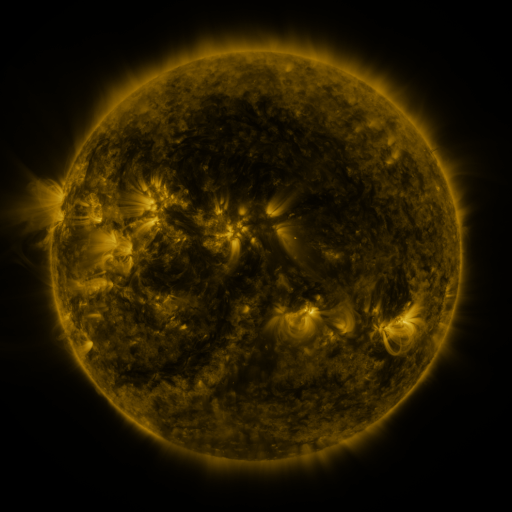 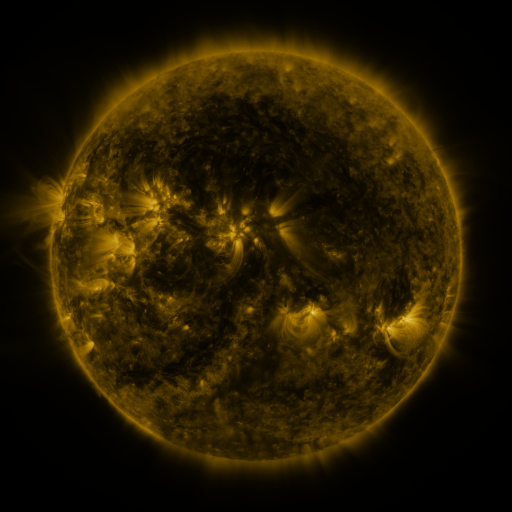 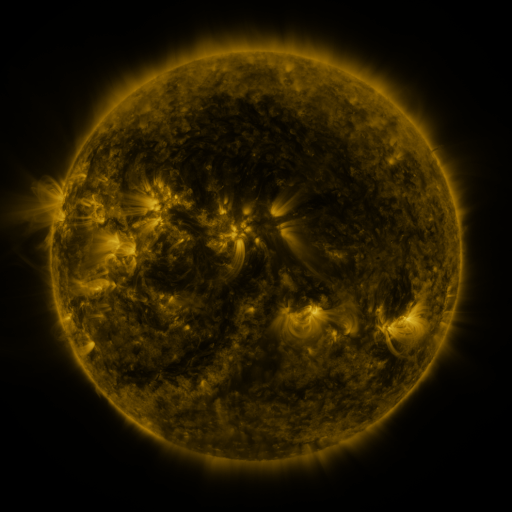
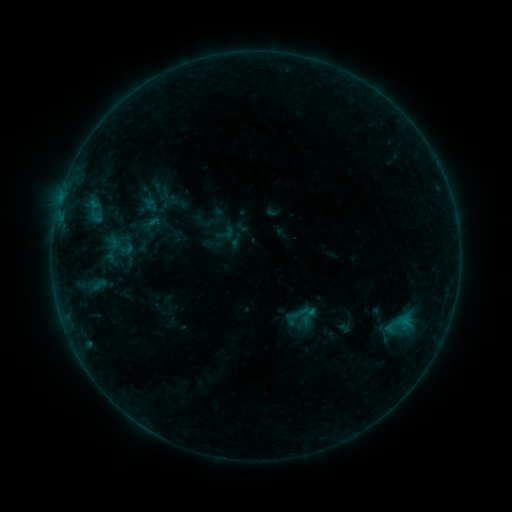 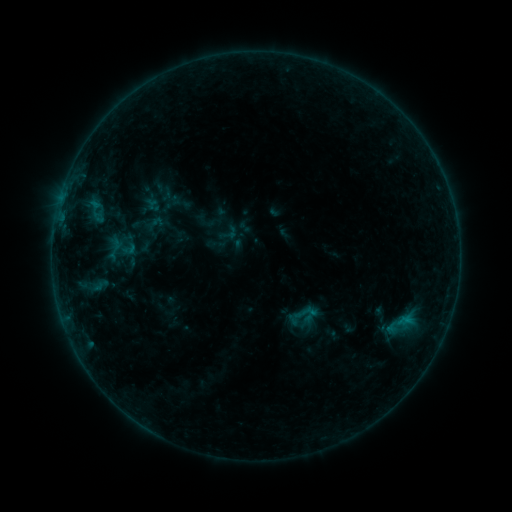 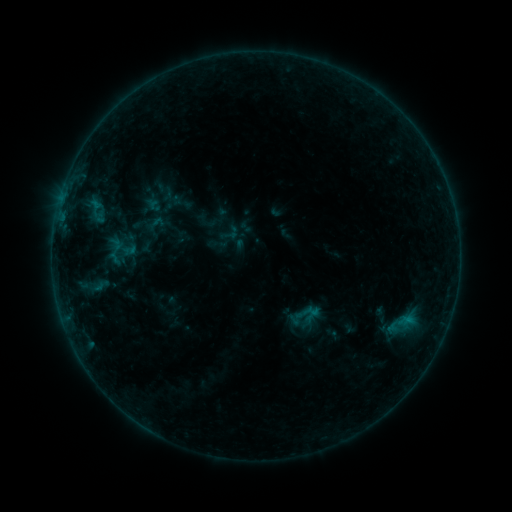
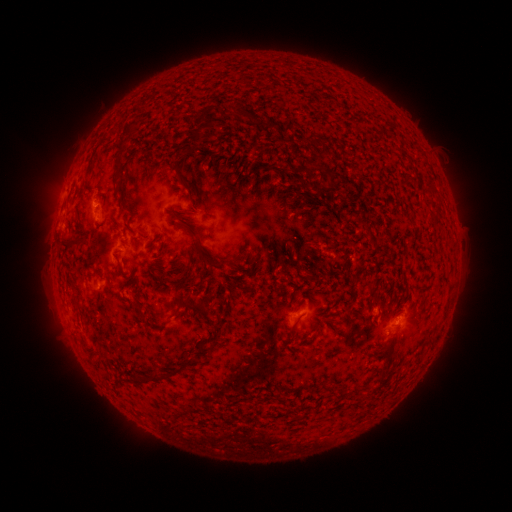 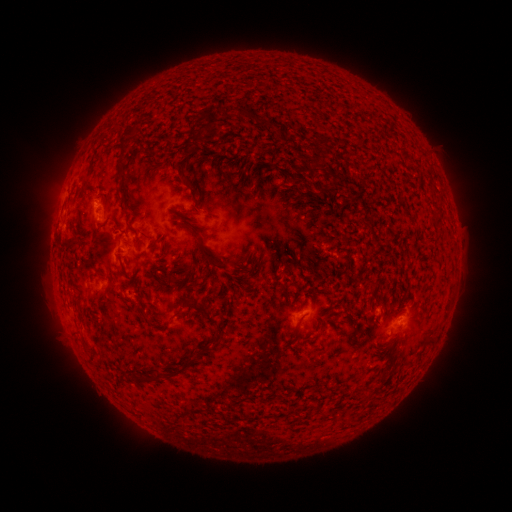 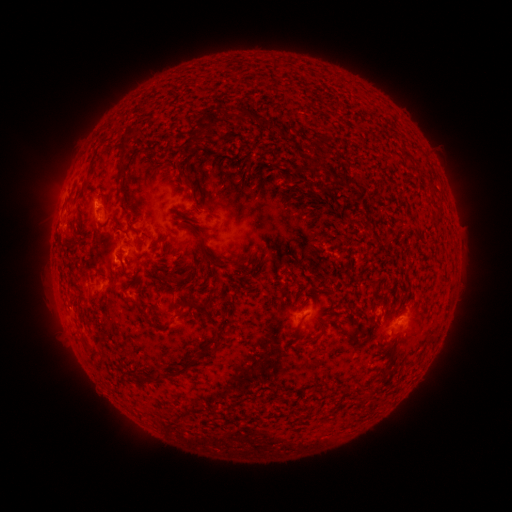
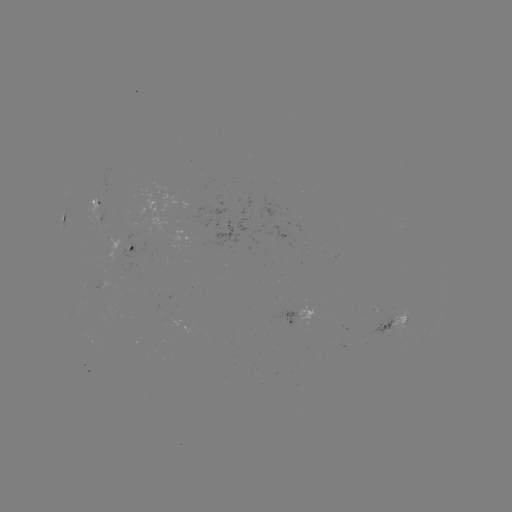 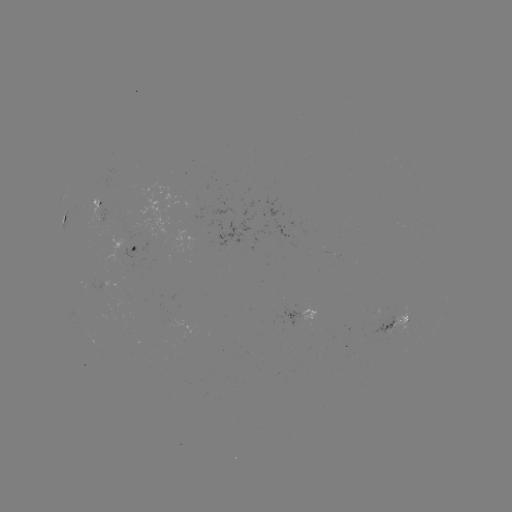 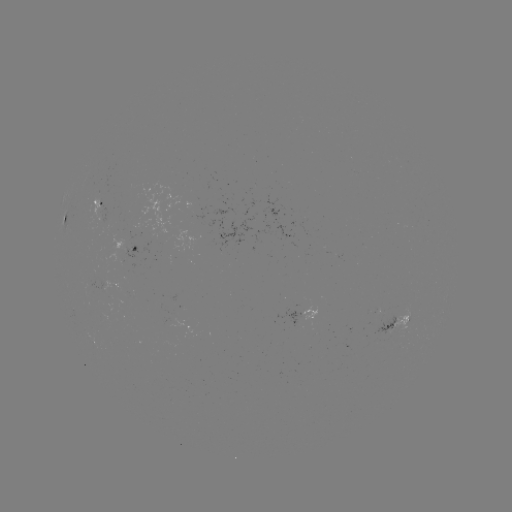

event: emerging-flux region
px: (100, 201)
